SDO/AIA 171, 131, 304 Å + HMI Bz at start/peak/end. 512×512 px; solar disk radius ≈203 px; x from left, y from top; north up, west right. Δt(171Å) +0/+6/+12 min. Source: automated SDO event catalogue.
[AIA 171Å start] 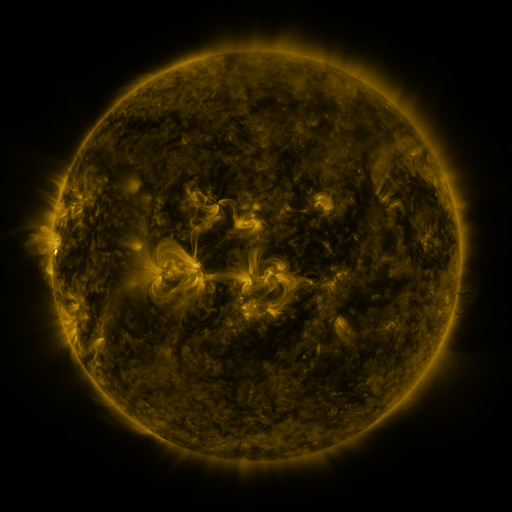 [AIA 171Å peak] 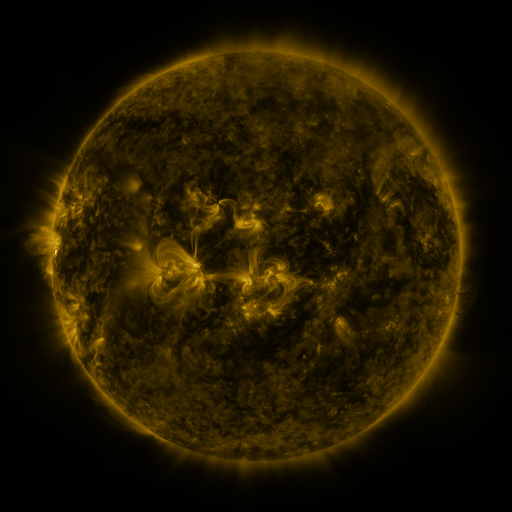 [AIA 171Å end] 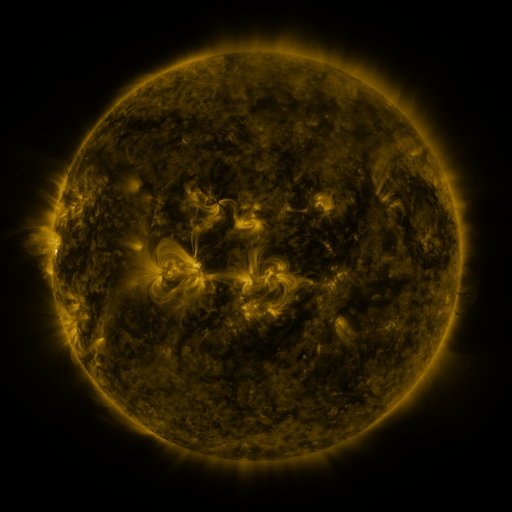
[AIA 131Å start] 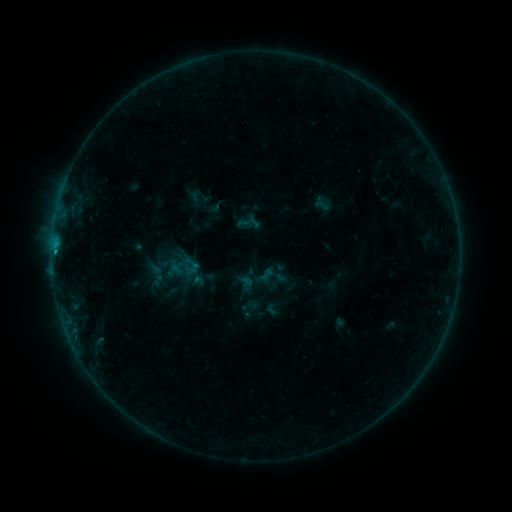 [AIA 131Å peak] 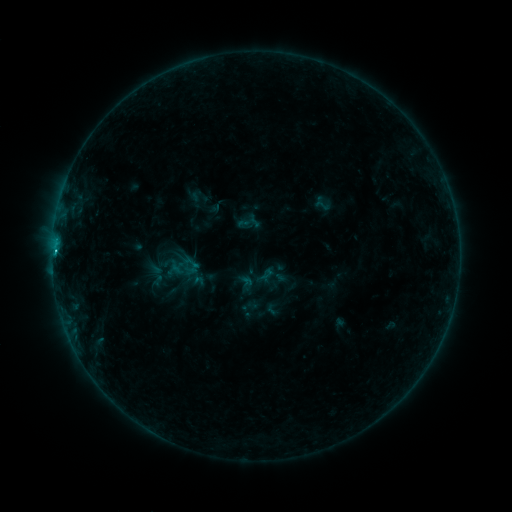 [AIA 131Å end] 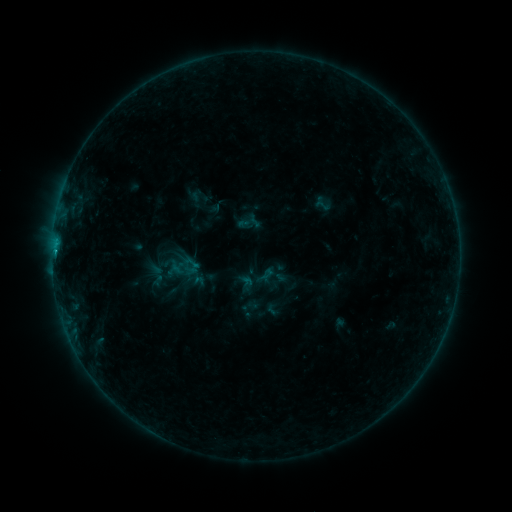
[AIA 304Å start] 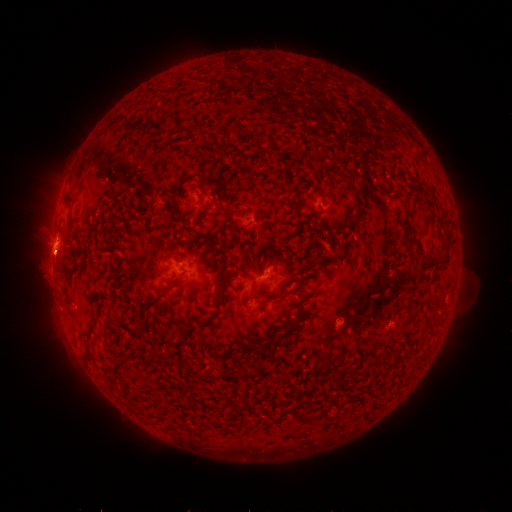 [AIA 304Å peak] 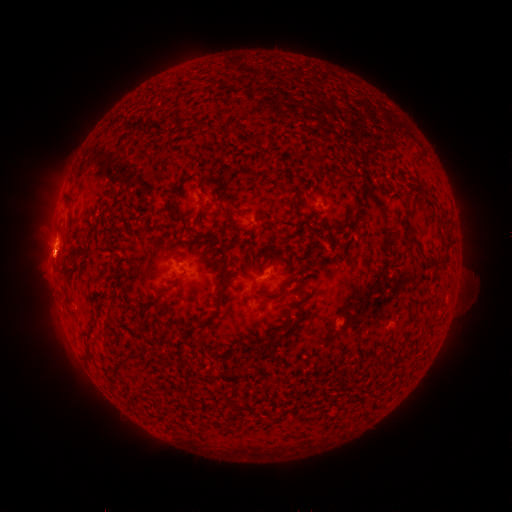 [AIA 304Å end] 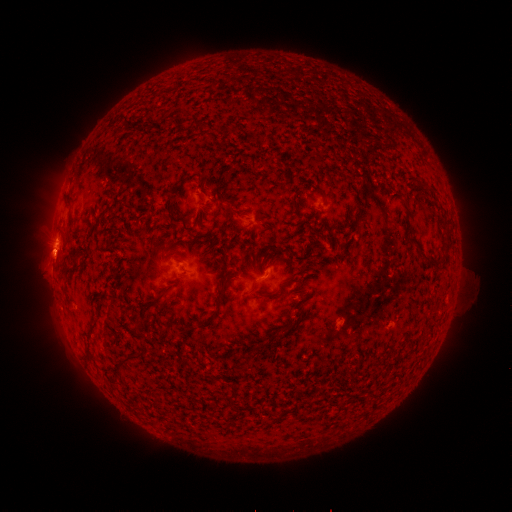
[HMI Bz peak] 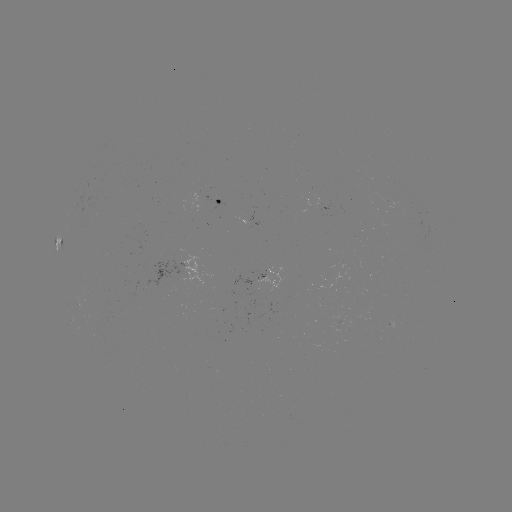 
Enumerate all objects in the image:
B6.8 flare: (63, 210)
